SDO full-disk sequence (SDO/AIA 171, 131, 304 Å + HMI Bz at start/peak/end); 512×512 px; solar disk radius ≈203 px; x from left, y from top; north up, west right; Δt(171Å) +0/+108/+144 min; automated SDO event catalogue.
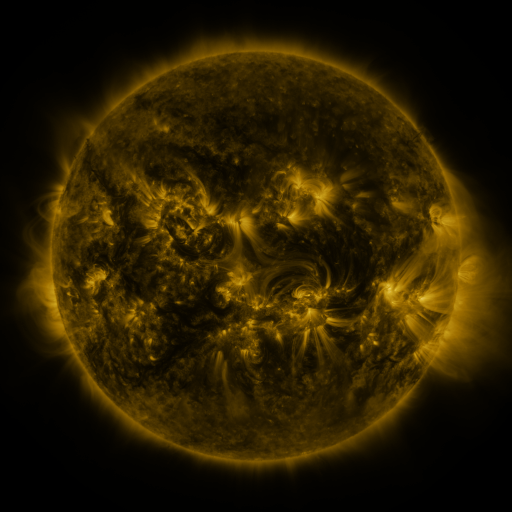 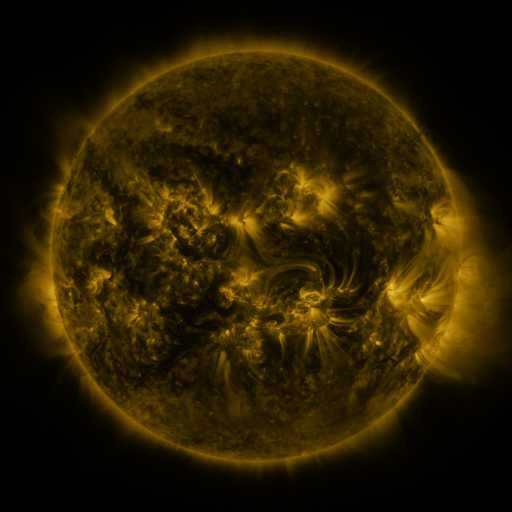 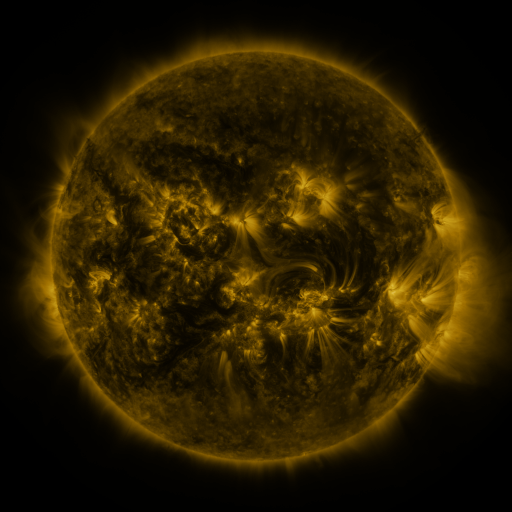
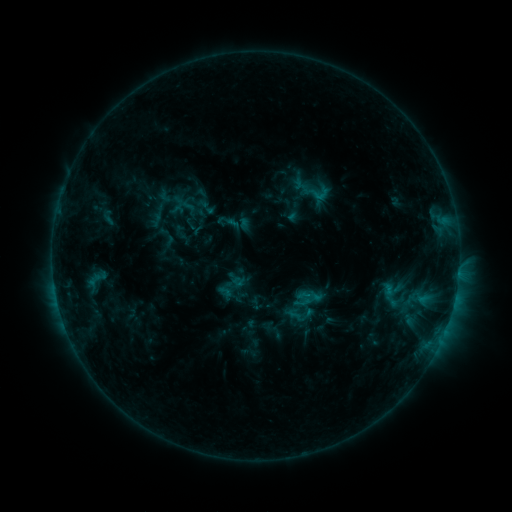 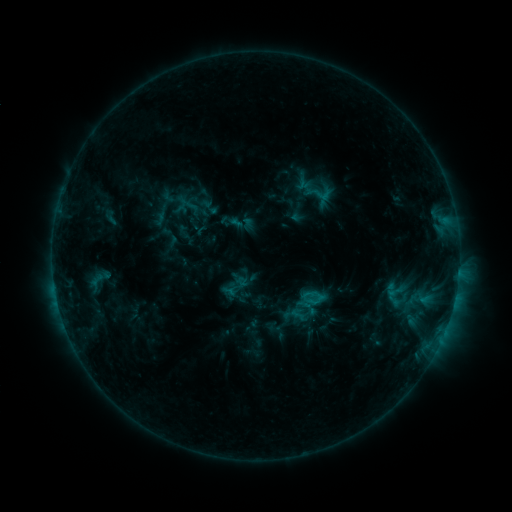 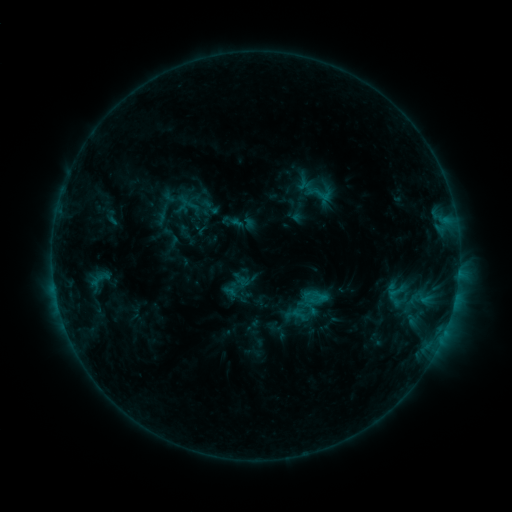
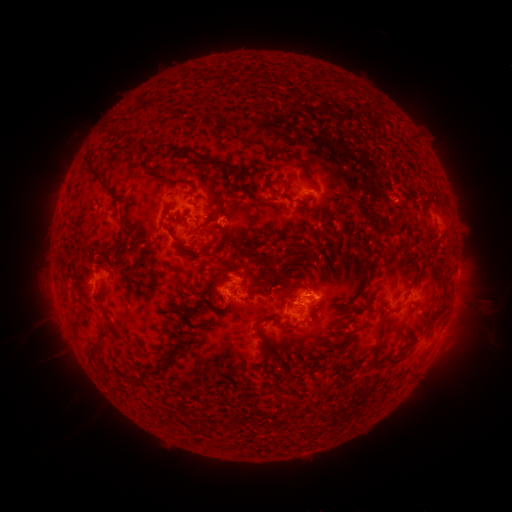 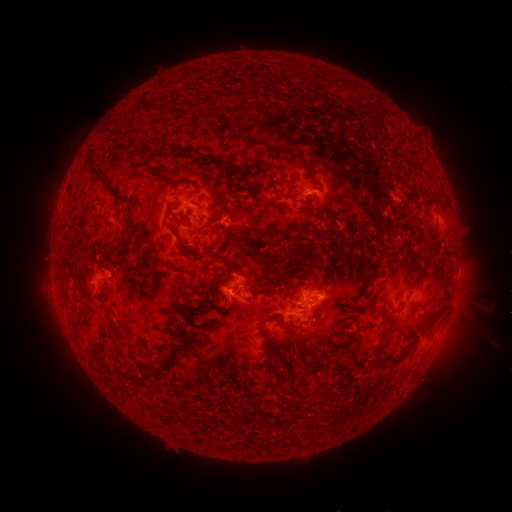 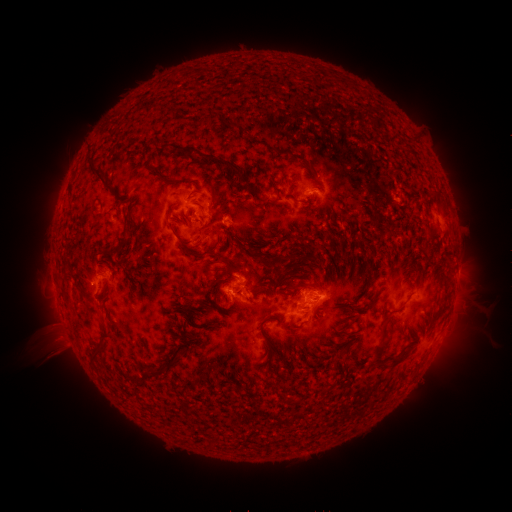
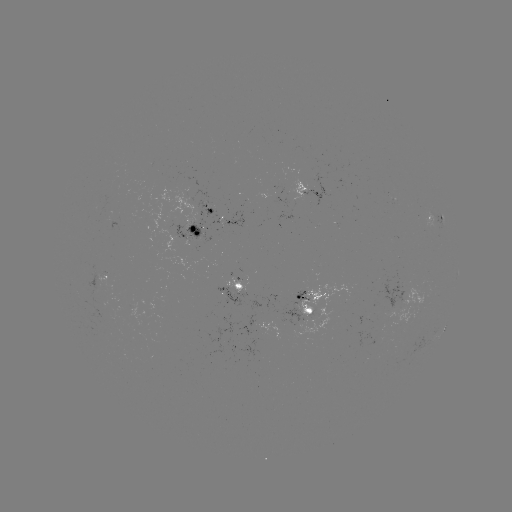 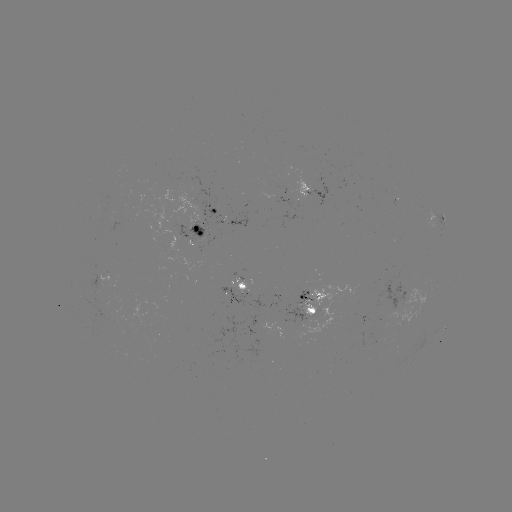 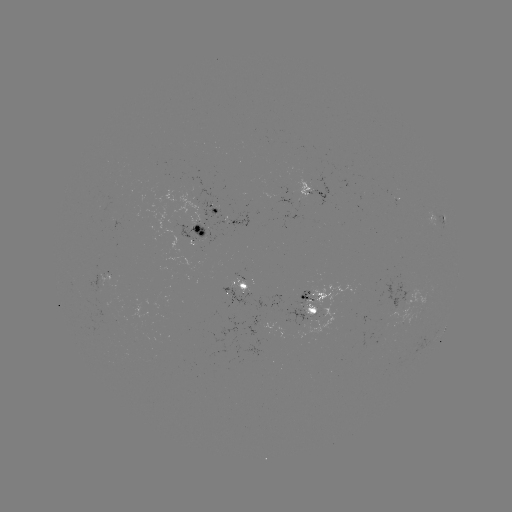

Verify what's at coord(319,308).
emerging-flux region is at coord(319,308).